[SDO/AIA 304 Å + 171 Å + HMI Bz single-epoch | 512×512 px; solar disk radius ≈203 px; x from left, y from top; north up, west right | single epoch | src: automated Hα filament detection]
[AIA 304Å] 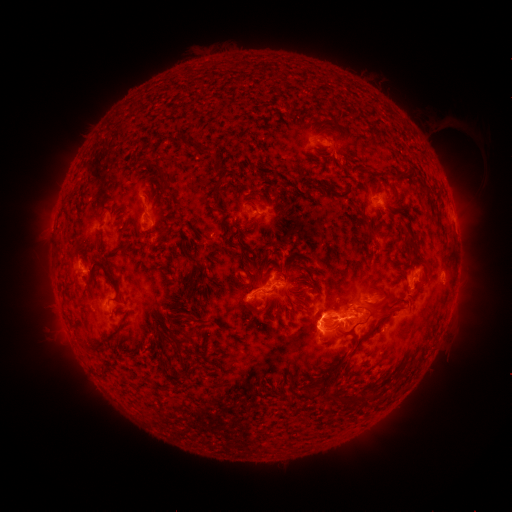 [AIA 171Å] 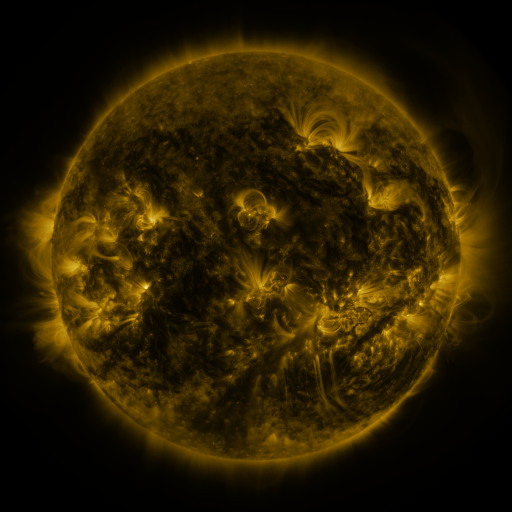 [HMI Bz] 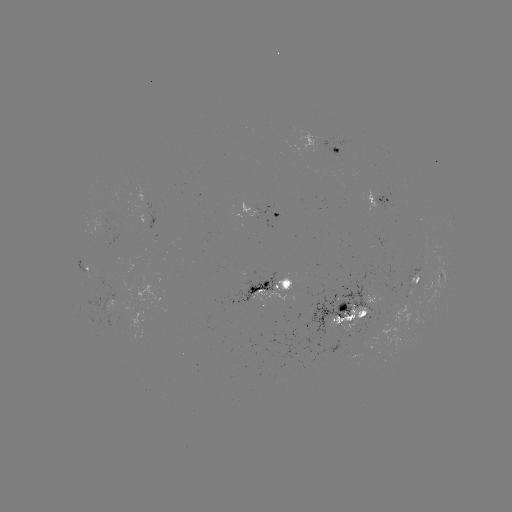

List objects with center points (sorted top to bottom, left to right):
filament: (318, 122, 333, 139)
filament: (171, 134, 184, 146)
filament: (184, 141, 203, 157)
filament: (148, 163, 165, 173)
filament: (389, 170, 402, 178)
filament: (94, 172, 106, 186)
filament: (157, 174, 166, 196)
filament: (209, 177, 222, 198)
filament: (305, 178, 337, 195)
filament: (250, 188, 261, 196)
filament: (62, 212, 72, 220)
filament: (244, 218, 256, 226)
filament: (155, 225, 169, 244)
filament: (364, 229, 374, 245)
filament: (115, 243, 130, 254)
filament: (410, 244, 431, 267)
filament: (183, 250, 193, 261)
filament: (87, 262, 119, 293)
filament: (188, 275, 197, 298)
filament: (73, 276, 79, 286)
filament: (248, 285, 259, 293)
filament: (380, 286, 392, 300)
filament: (288, 288, 299, 296)
filament: (324, 299, 343, 312)
filament: (254, 307, 266, 315)
filament: (184, 314, 193, 324)
filament: (345, 314, 355, 324)
filament: (313, 318, 319, 333)
filament: (332, 318, 345, 326)
filament: (113, 324, 125, 338)
filament: (185, 330, 195, 342)
filament: (78, 338, 88, 351)
filament: (92, 339, 113, 355)
filament: (270, 385, 278, 395)
filament: (355, 387, 373, 406)
filament: (333, 393, 358, 404)
